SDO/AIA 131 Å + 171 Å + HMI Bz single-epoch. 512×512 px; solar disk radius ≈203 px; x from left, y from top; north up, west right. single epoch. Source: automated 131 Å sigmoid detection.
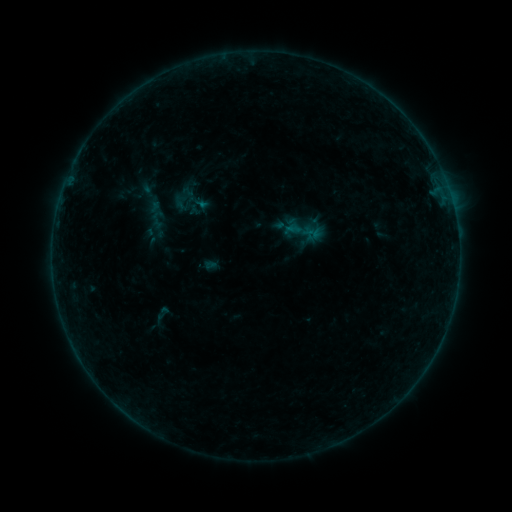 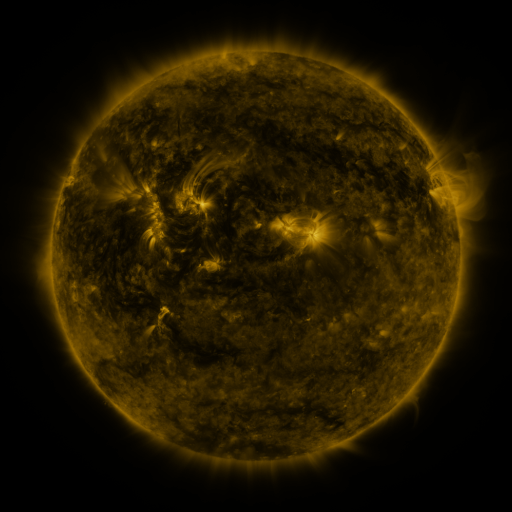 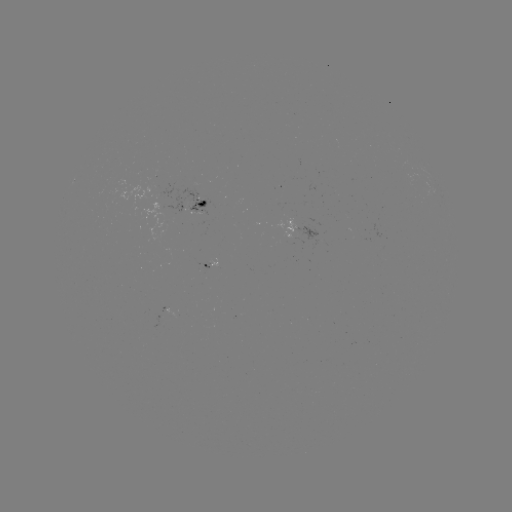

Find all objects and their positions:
sigmoid: [171, 190, 202, 221]
